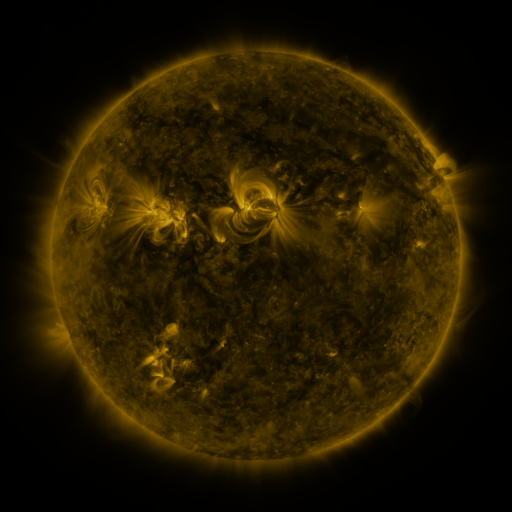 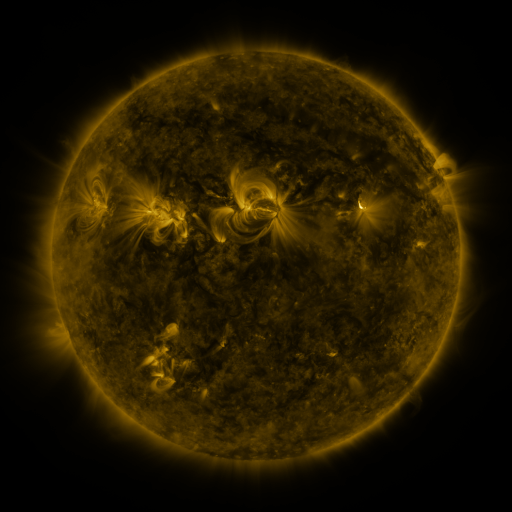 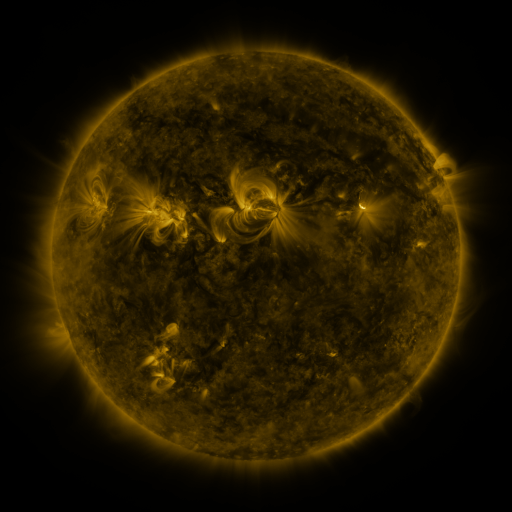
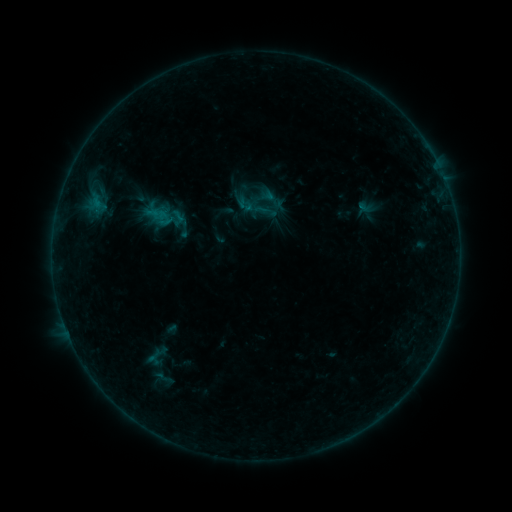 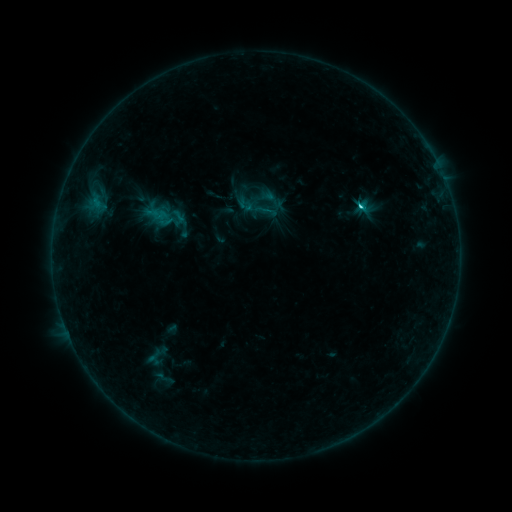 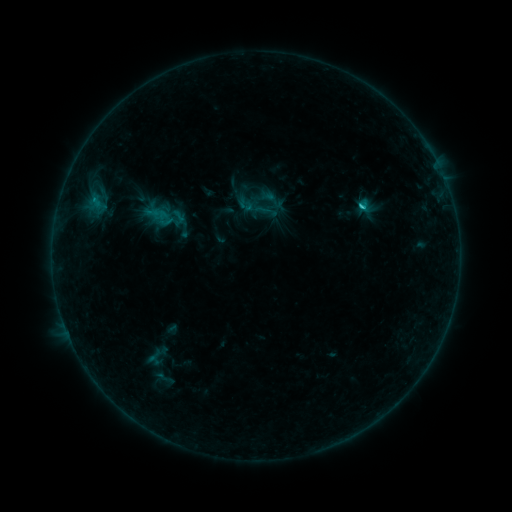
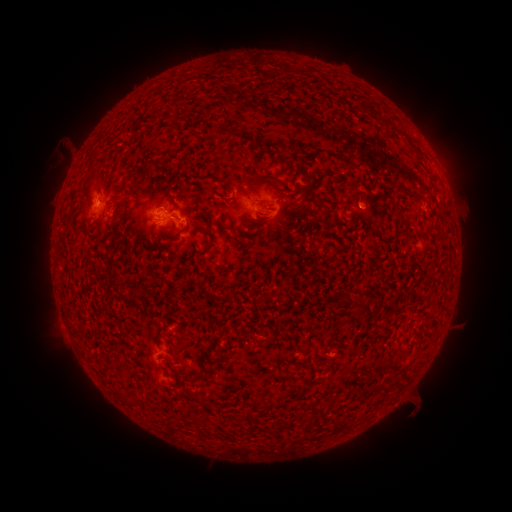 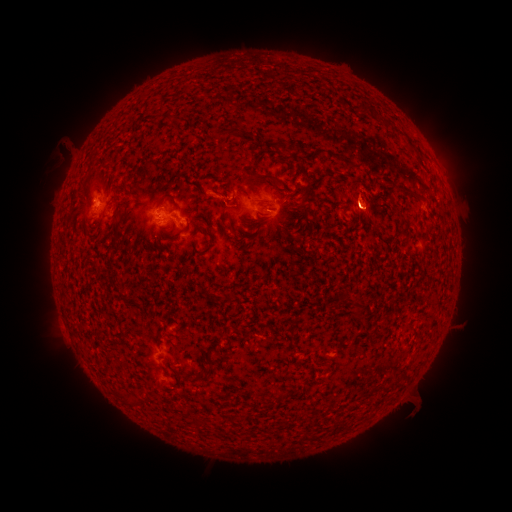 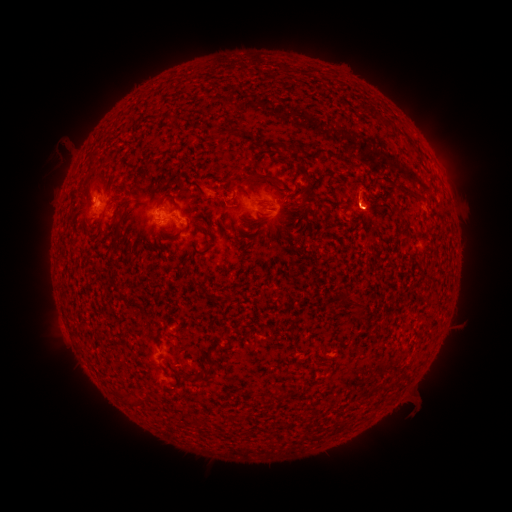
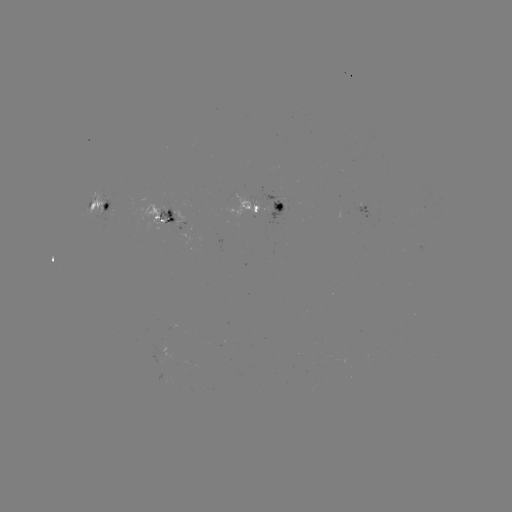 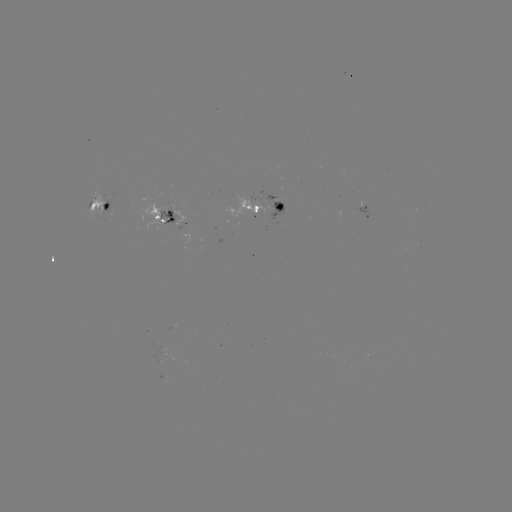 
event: eruption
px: (85, 196)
